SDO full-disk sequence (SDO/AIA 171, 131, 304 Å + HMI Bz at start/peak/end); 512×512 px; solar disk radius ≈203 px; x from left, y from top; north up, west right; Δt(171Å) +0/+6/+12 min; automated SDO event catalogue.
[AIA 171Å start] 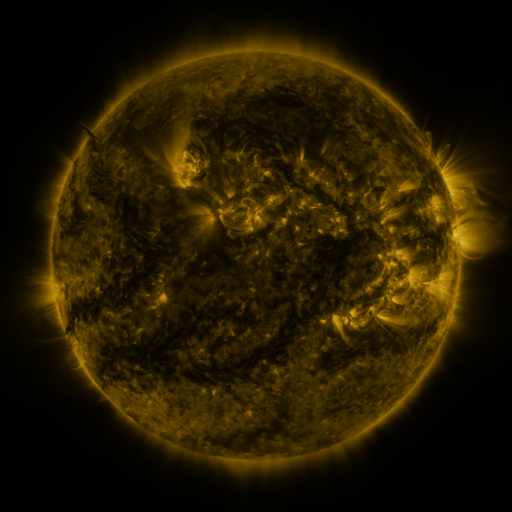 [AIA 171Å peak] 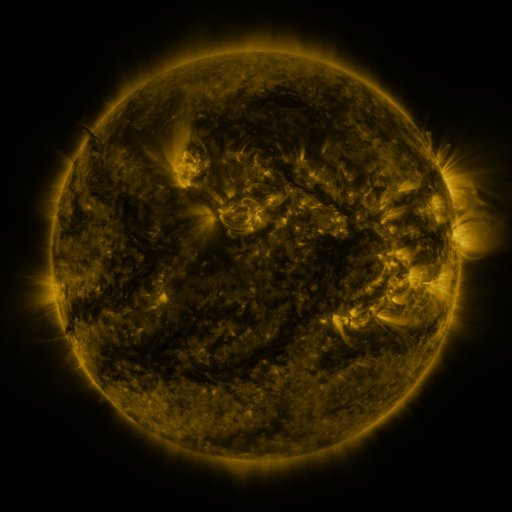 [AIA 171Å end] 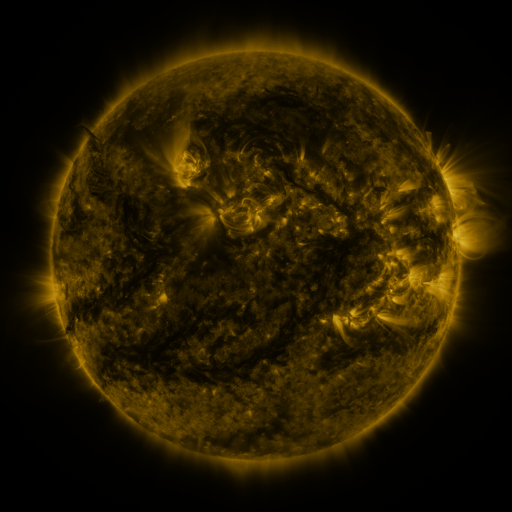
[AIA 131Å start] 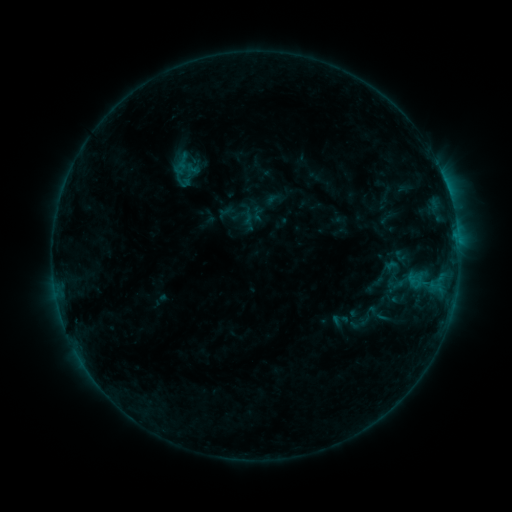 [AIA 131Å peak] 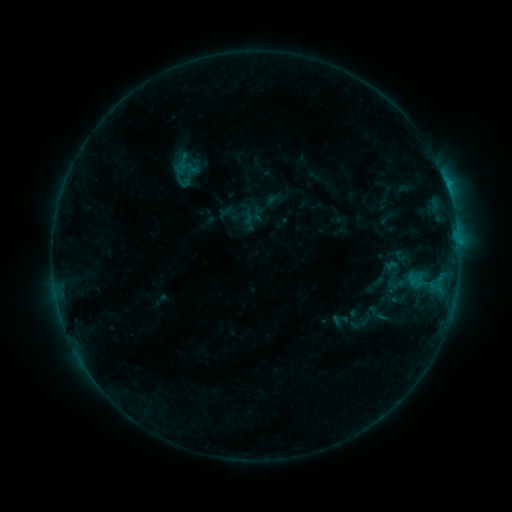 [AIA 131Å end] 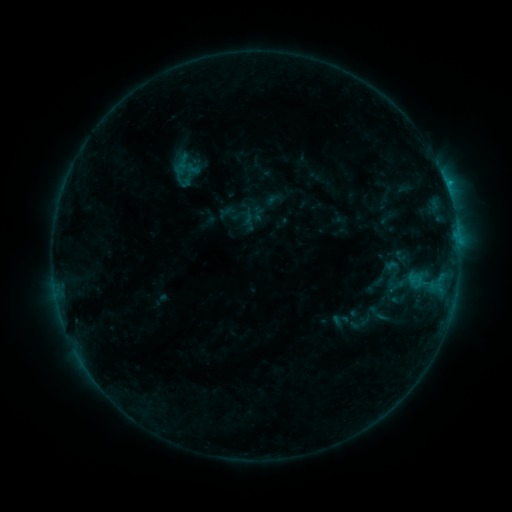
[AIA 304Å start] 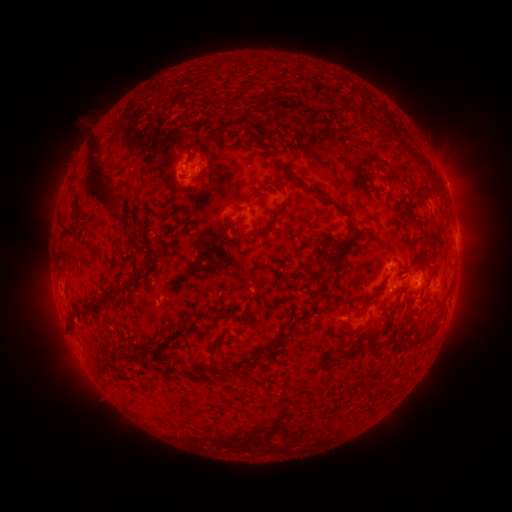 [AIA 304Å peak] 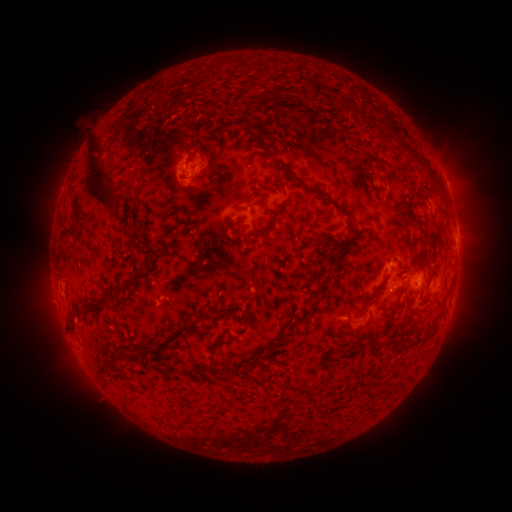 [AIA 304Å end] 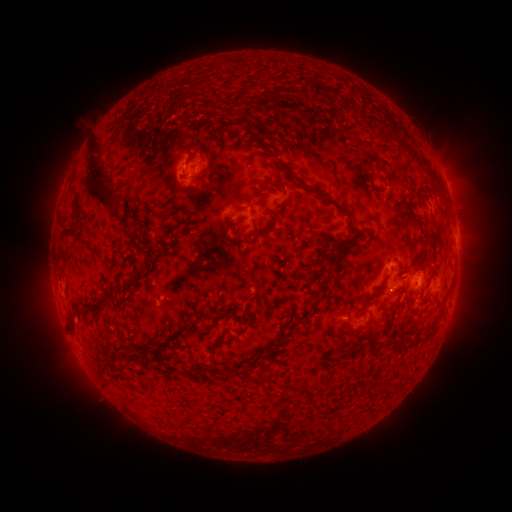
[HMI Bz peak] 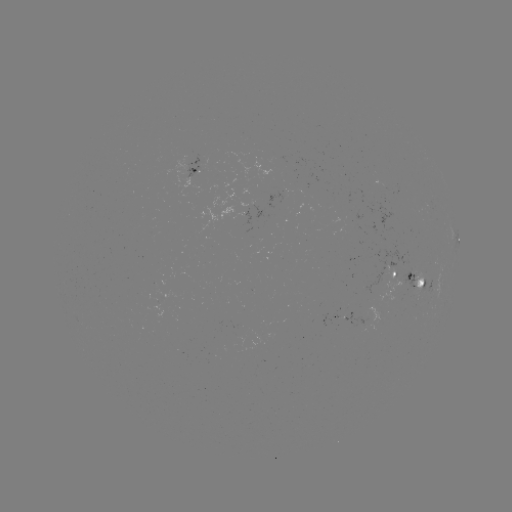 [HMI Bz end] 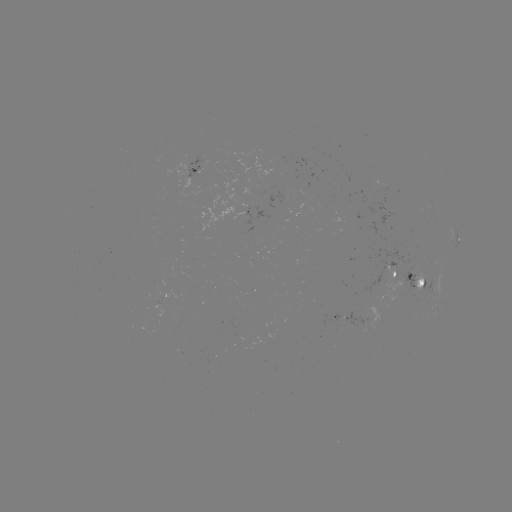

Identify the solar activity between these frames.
B6.5 flare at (416, 277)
